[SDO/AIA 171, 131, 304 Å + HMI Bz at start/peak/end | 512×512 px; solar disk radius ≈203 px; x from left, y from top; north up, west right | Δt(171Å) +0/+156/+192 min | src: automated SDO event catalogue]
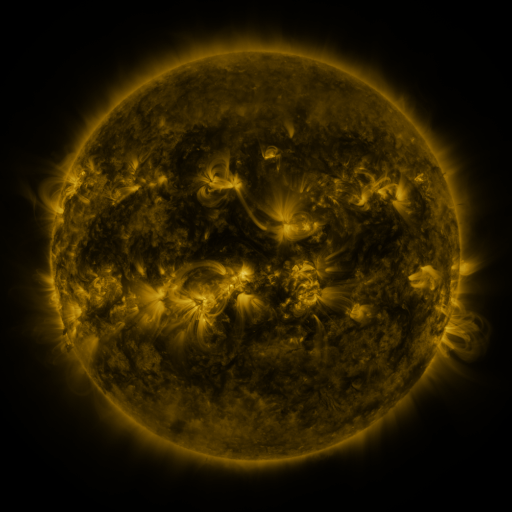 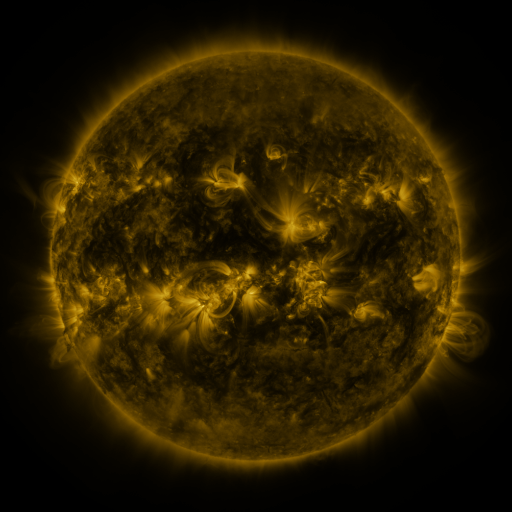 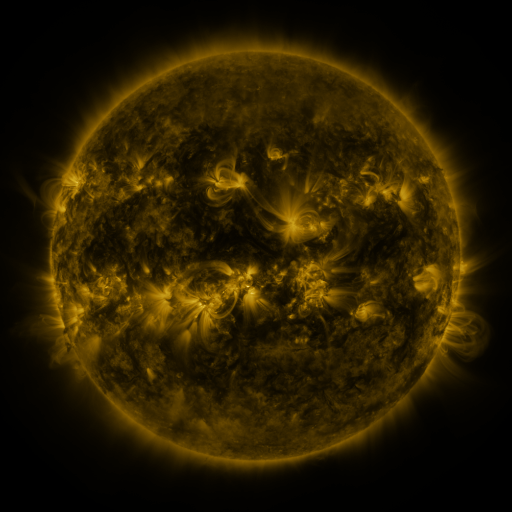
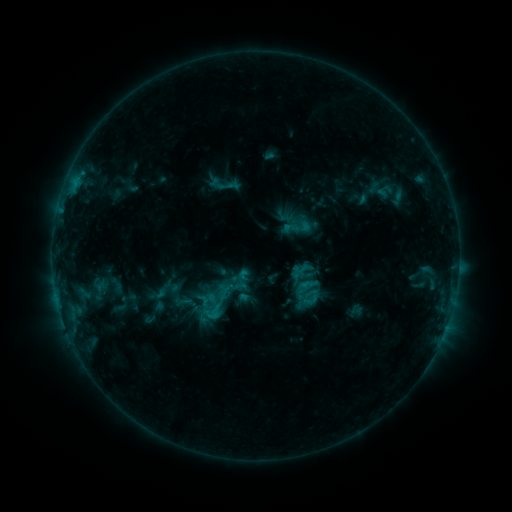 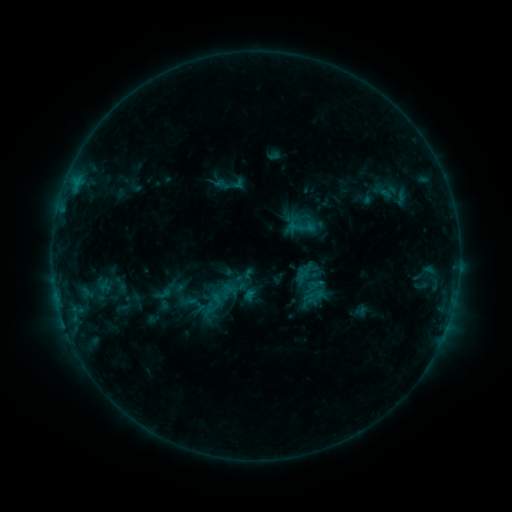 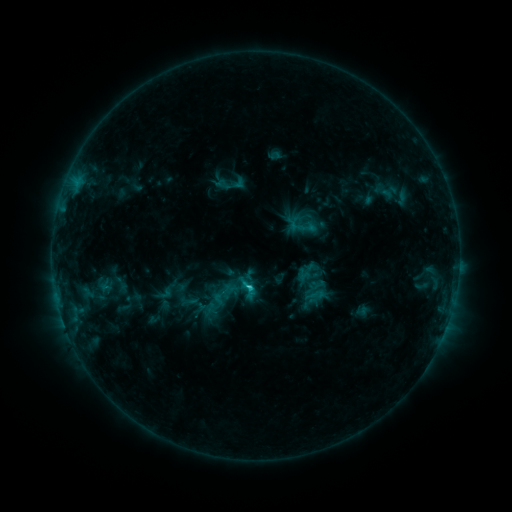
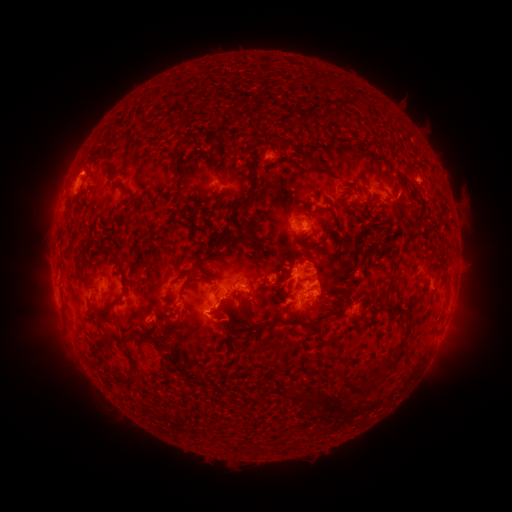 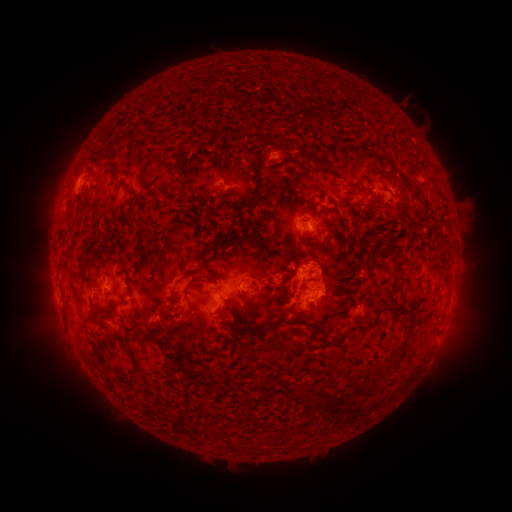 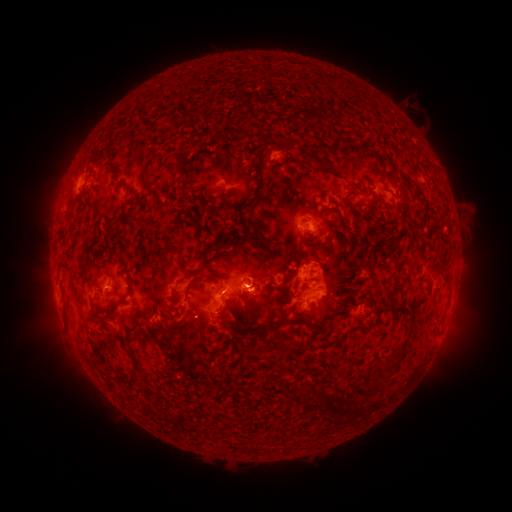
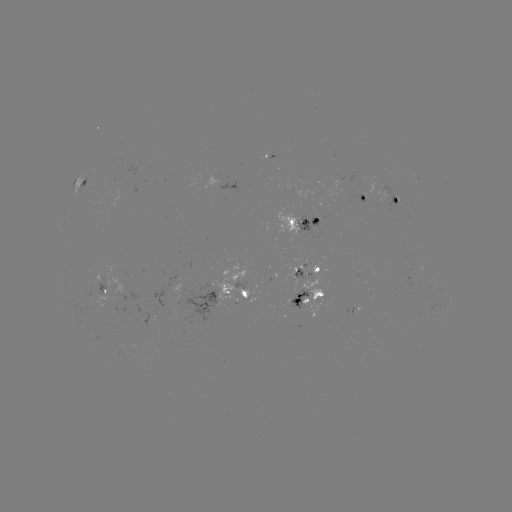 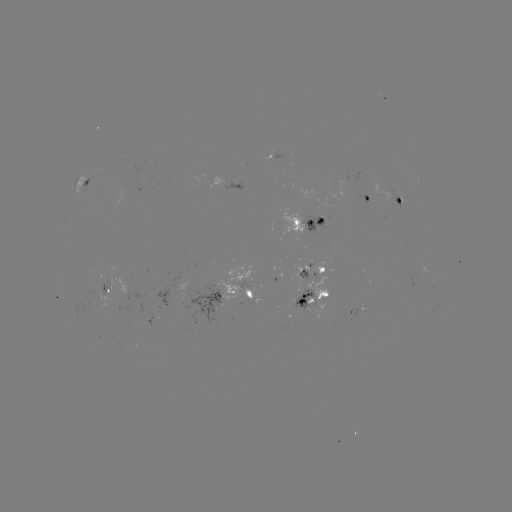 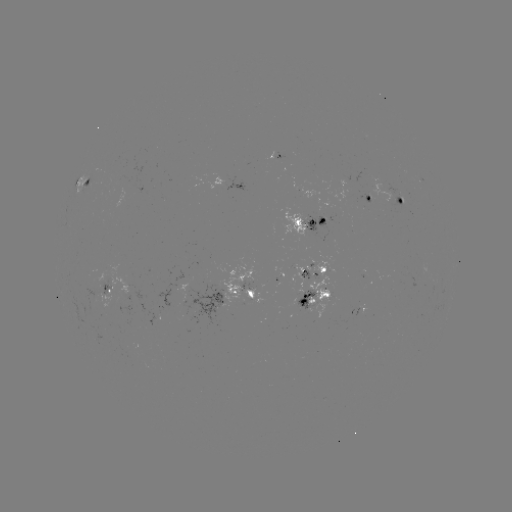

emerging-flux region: (291, 265, 307, 294)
